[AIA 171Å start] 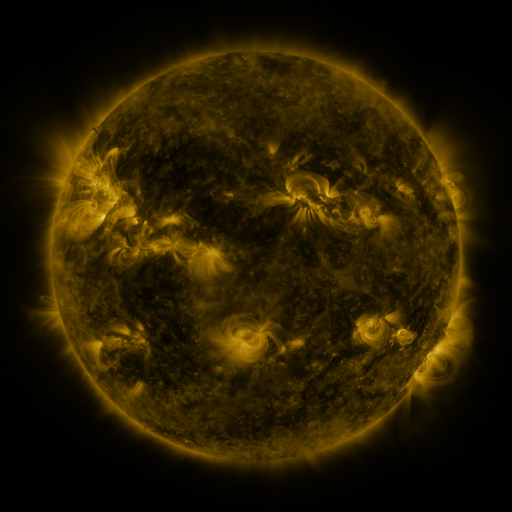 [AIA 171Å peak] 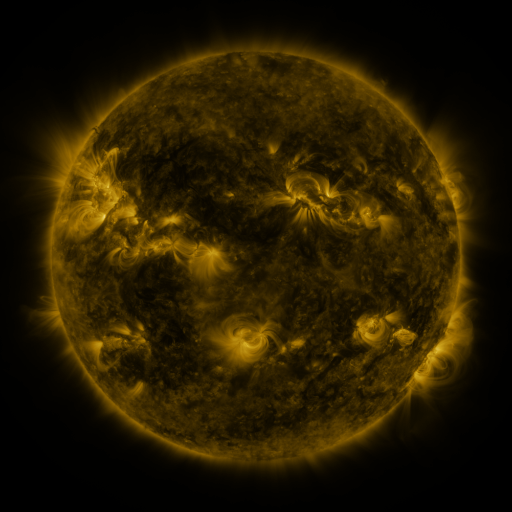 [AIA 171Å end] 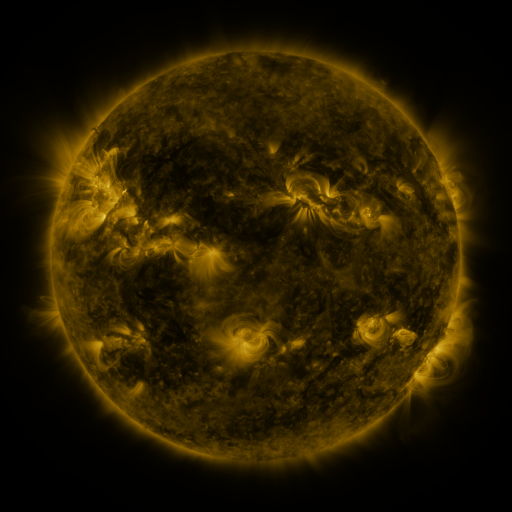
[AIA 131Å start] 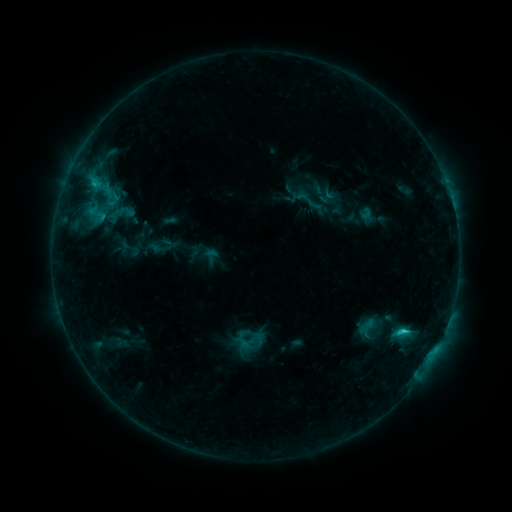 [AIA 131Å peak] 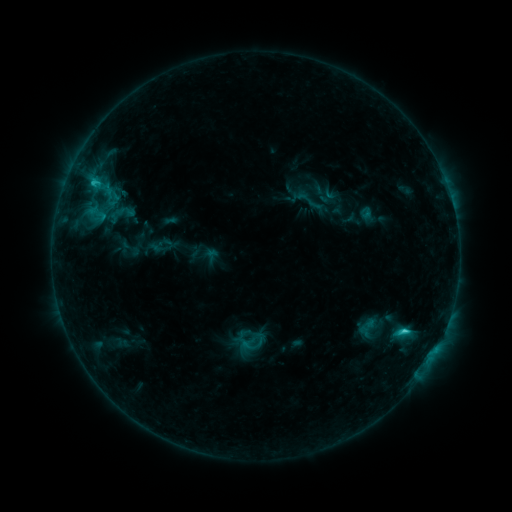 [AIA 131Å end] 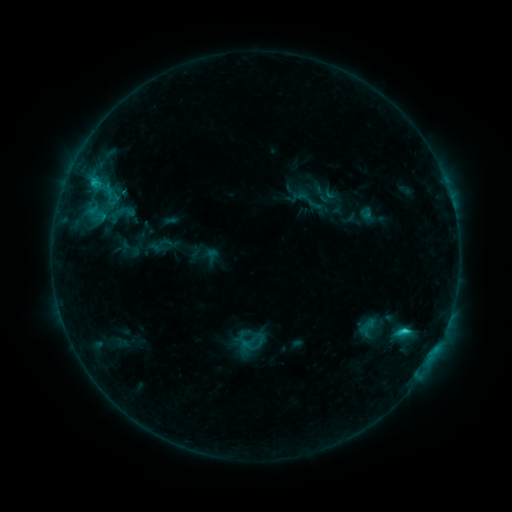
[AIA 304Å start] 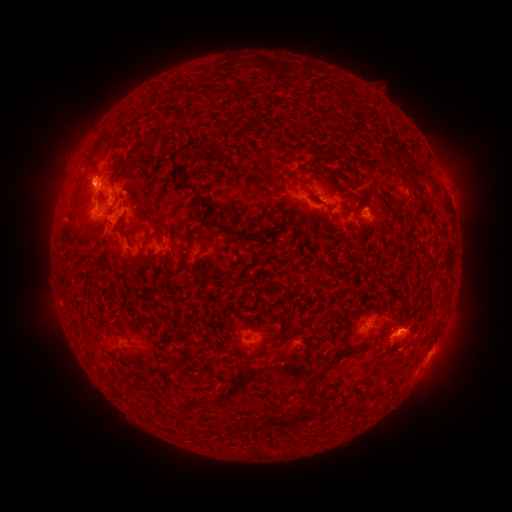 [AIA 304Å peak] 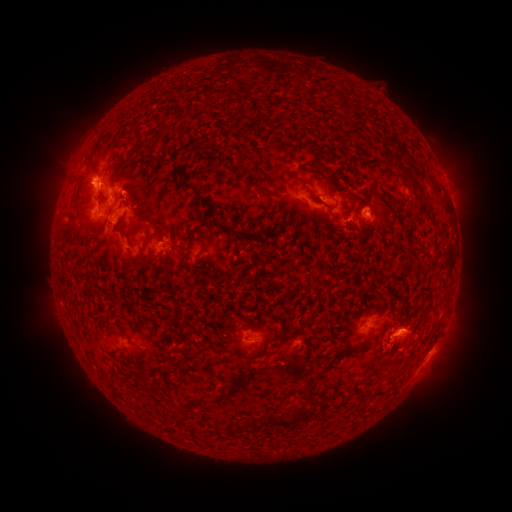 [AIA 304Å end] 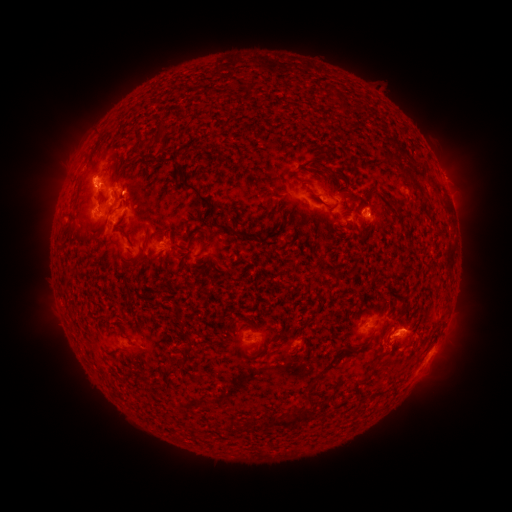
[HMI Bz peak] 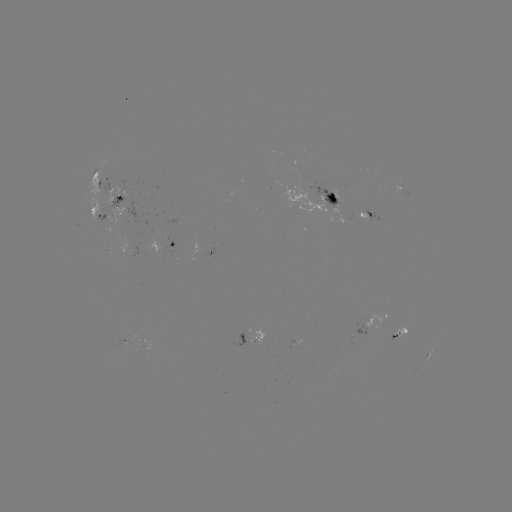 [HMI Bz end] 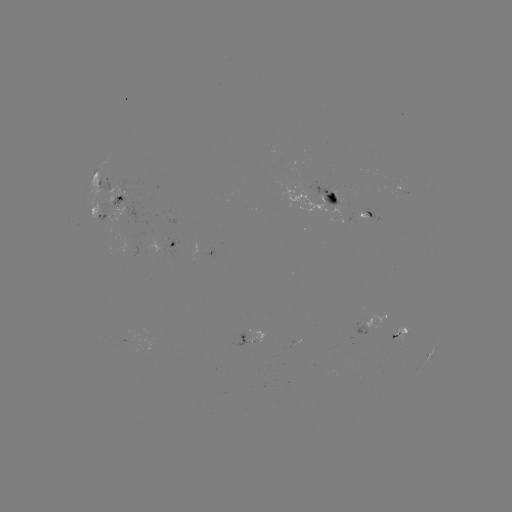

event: eruption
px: (440, 309)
